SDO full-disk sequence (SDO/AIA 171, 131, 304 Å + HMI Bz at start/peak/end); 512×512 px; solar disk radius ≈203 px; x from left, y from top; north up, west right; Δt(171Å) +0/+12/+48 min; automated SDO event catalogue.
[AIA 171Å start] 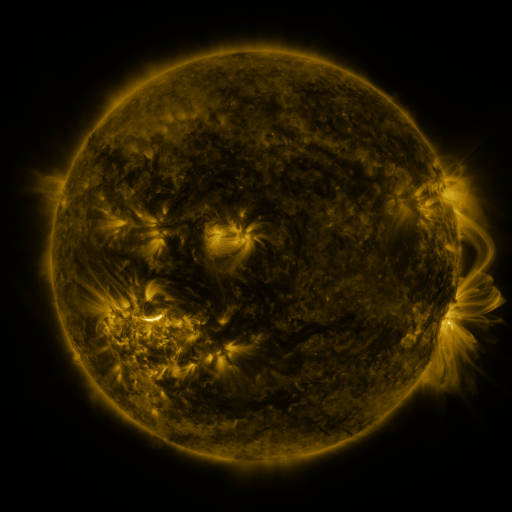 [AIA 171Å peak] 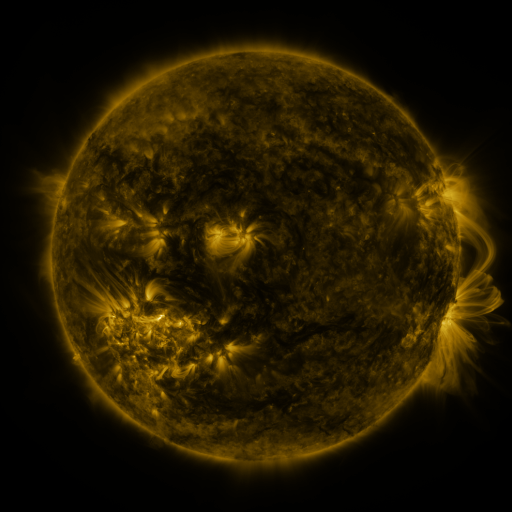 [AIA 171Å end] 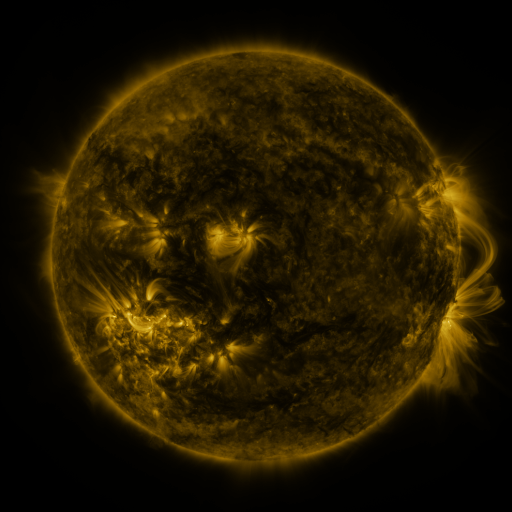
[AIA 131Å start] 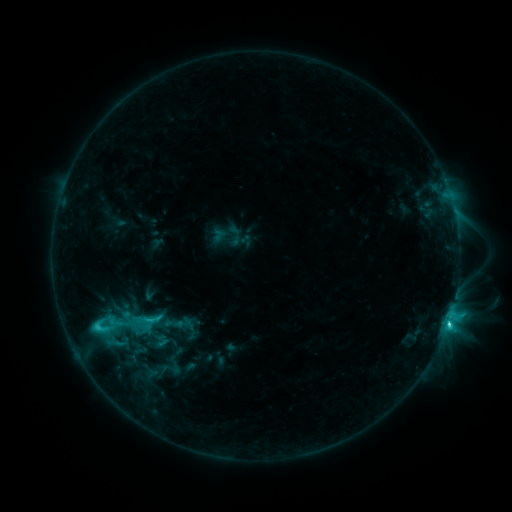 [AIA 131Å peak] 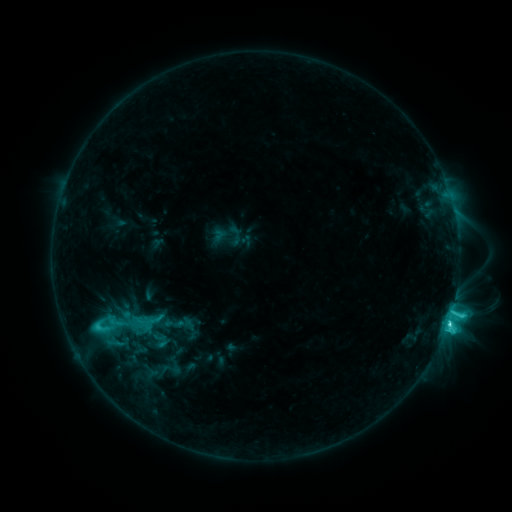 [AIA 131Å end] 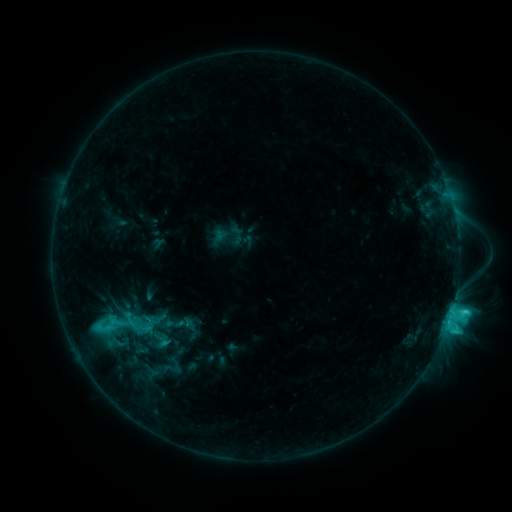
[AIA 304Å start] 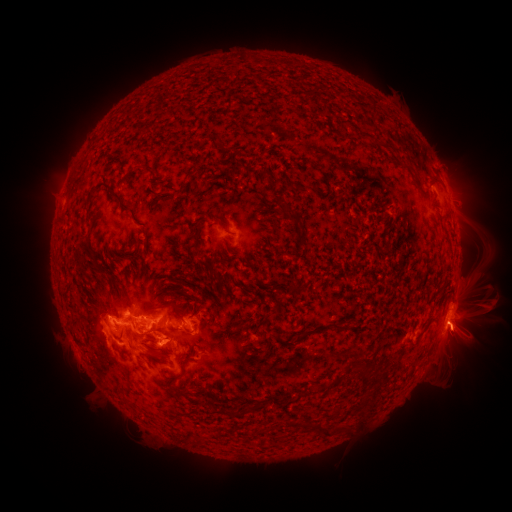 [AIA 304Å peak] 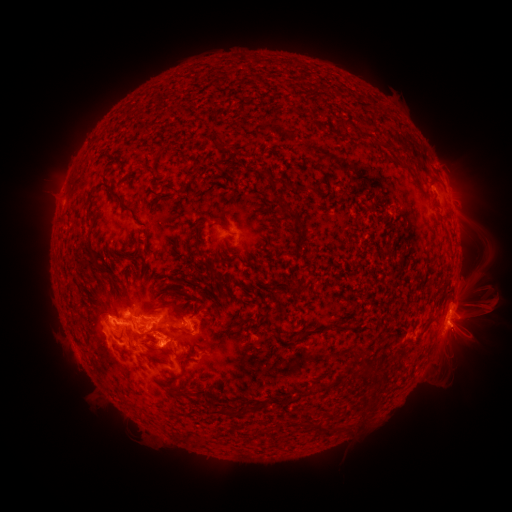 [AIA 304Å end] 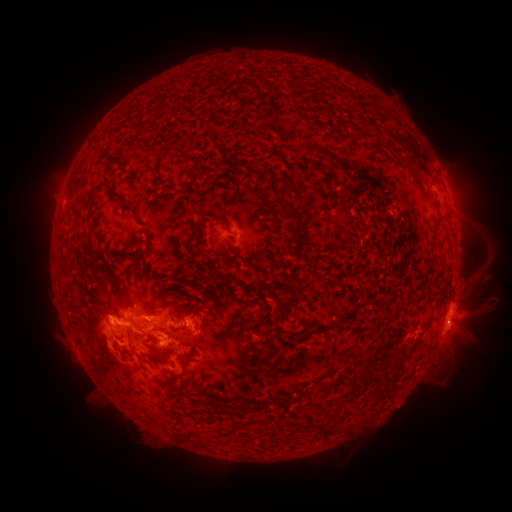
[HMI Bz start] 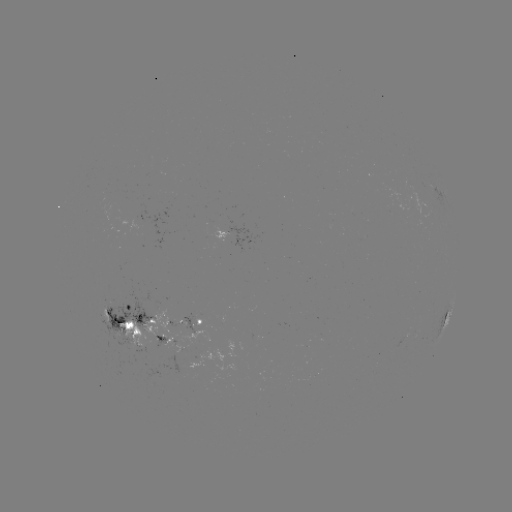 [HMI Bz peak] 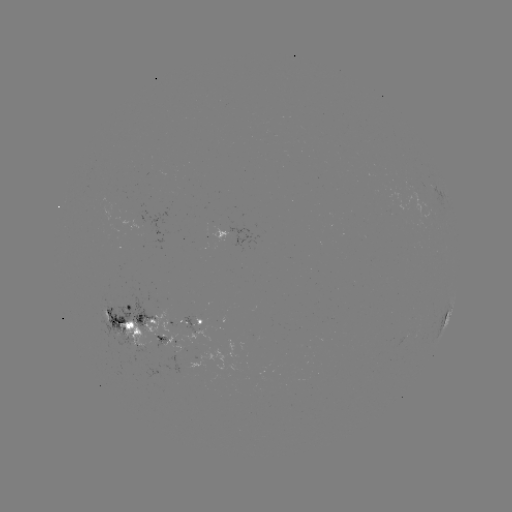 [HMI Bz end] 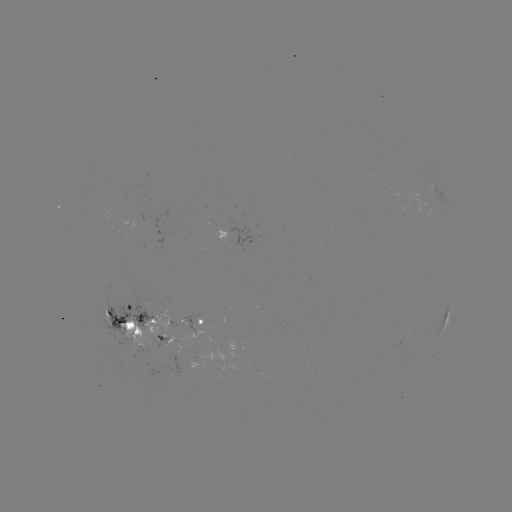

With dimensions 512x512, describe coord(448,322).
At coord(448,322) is C6.5 flare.